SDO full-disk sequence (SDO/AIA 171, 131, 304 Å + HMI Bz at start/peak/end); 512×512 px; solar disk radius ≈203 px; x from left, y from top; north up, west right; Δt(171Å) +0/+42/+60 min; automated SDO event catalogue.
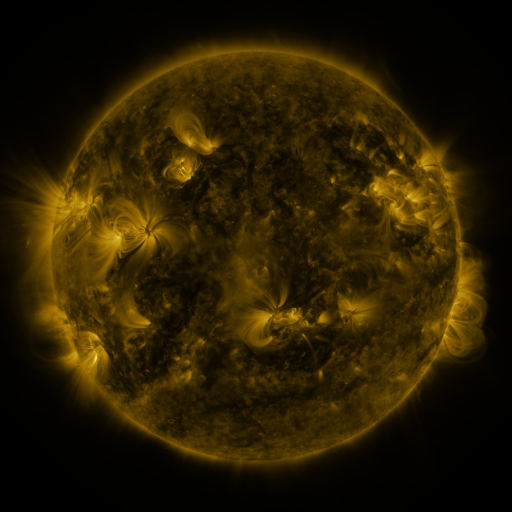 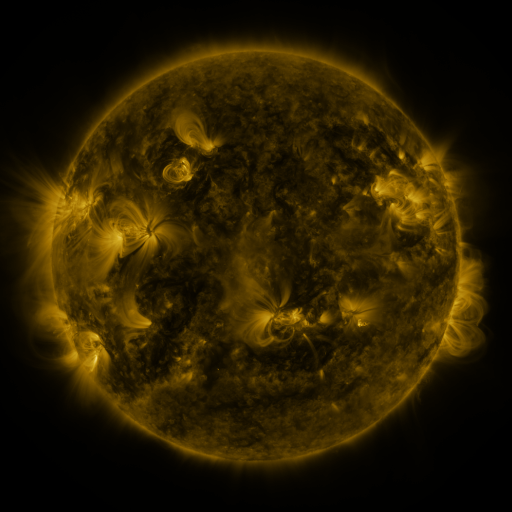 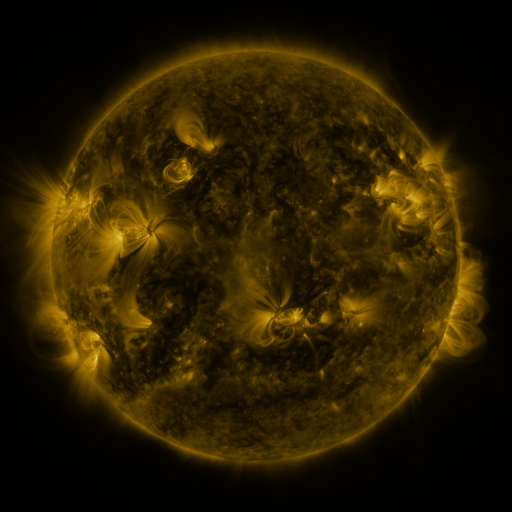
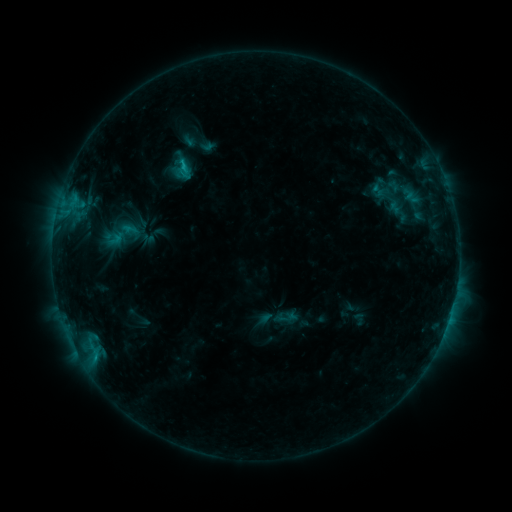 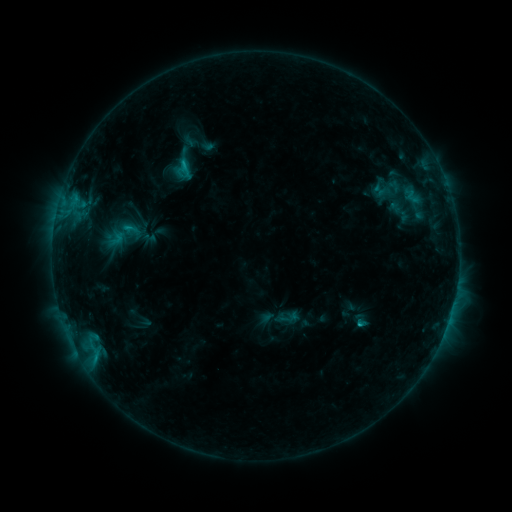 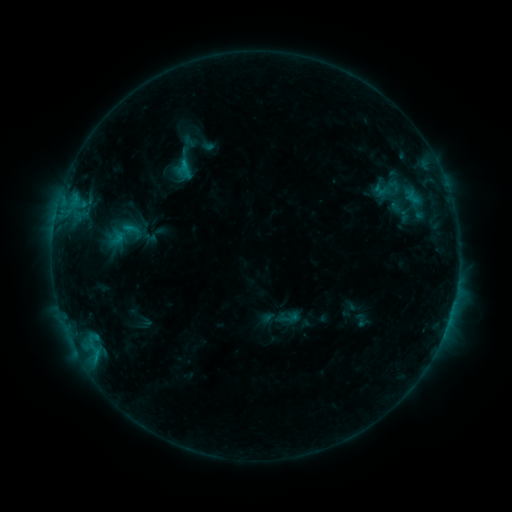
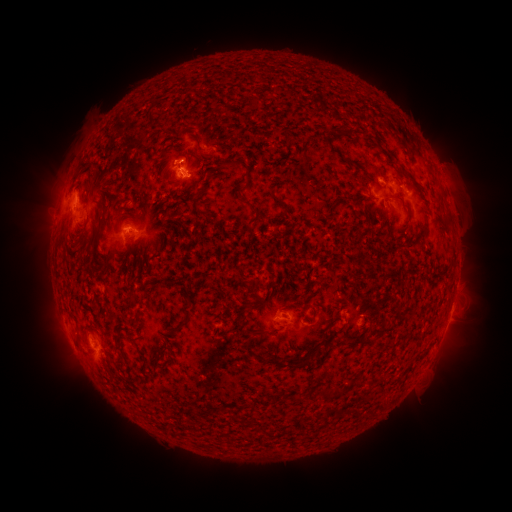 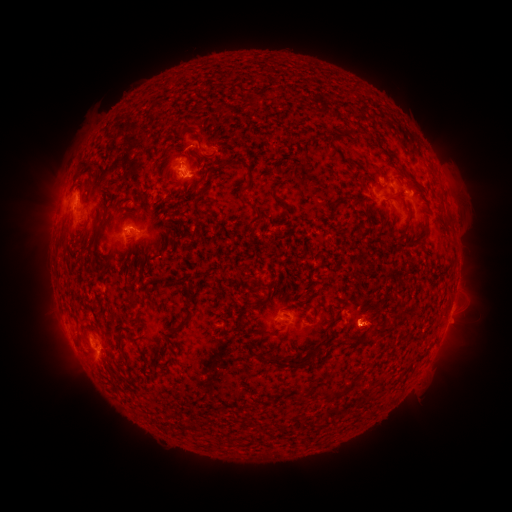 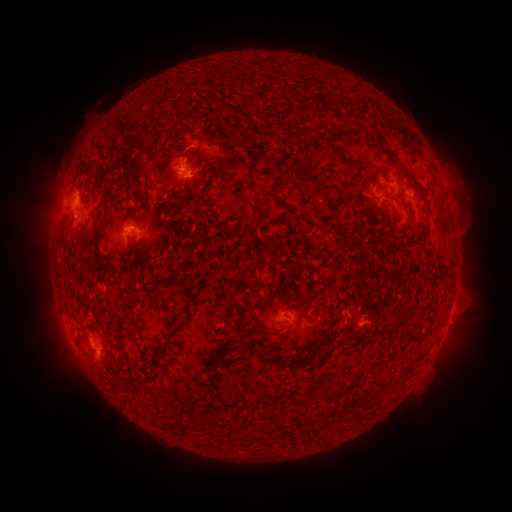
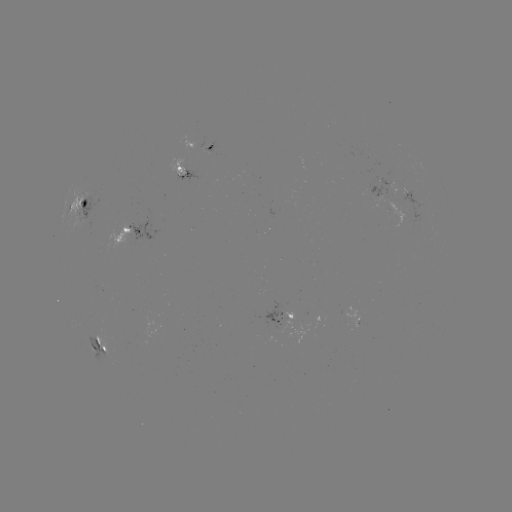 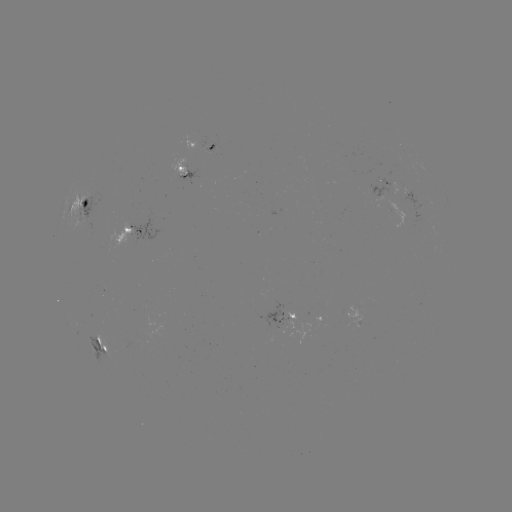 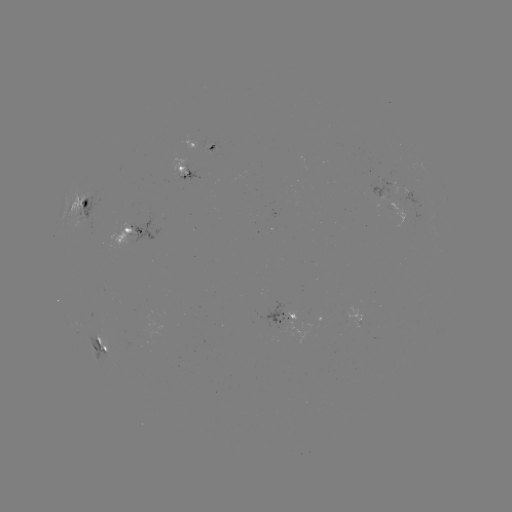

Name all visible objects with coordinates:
C1.6 flare: (358, 324)
